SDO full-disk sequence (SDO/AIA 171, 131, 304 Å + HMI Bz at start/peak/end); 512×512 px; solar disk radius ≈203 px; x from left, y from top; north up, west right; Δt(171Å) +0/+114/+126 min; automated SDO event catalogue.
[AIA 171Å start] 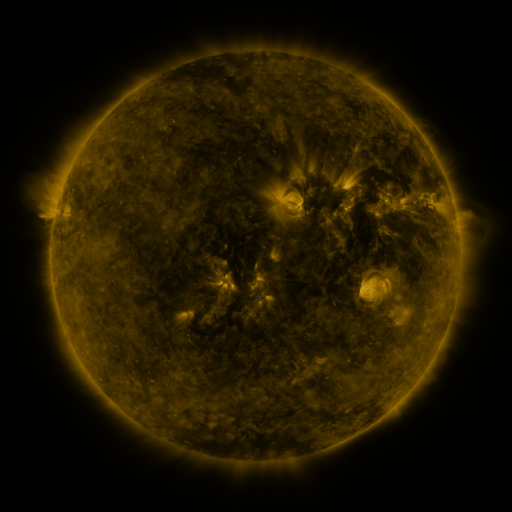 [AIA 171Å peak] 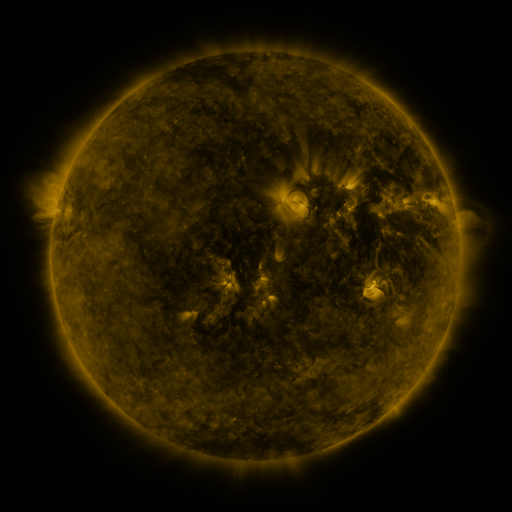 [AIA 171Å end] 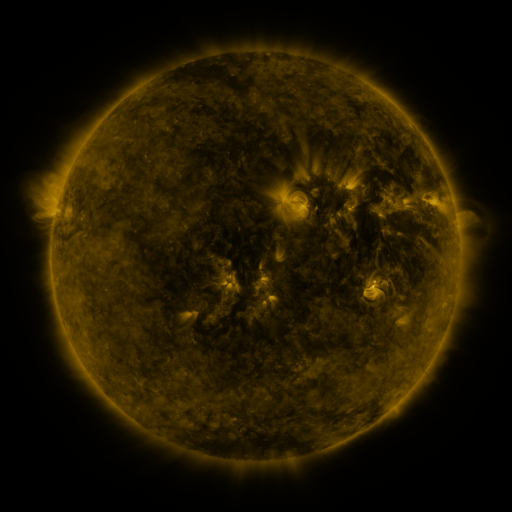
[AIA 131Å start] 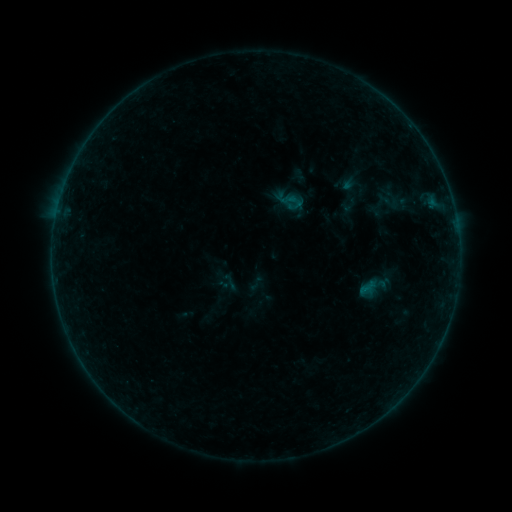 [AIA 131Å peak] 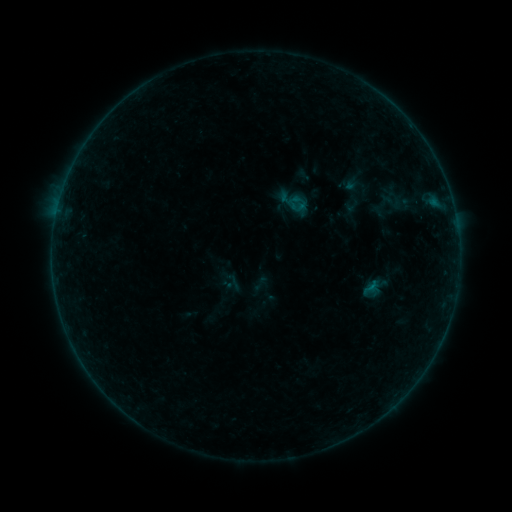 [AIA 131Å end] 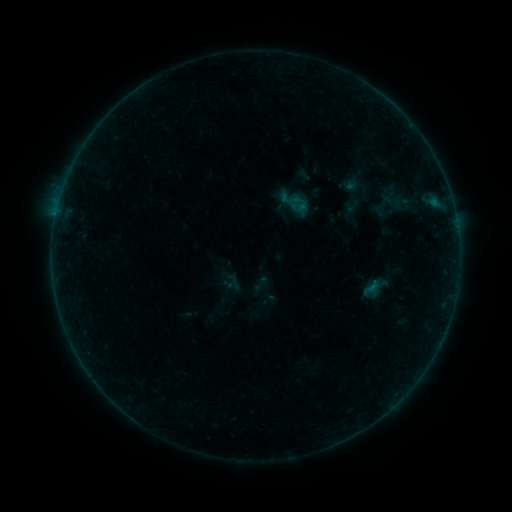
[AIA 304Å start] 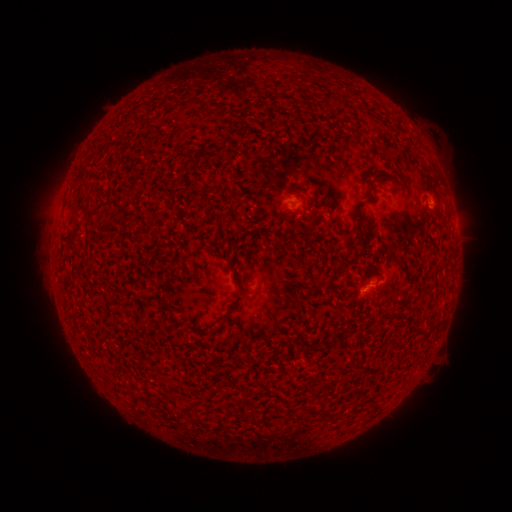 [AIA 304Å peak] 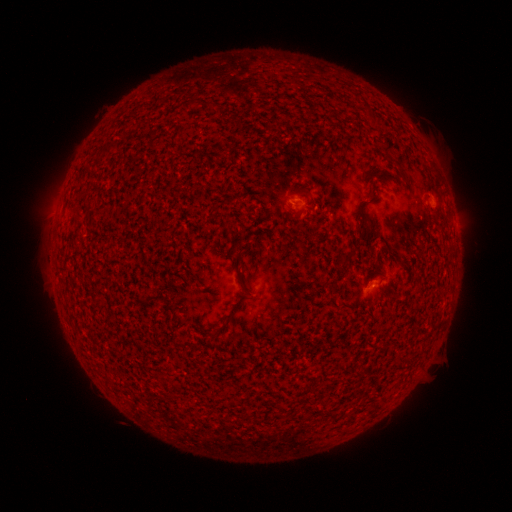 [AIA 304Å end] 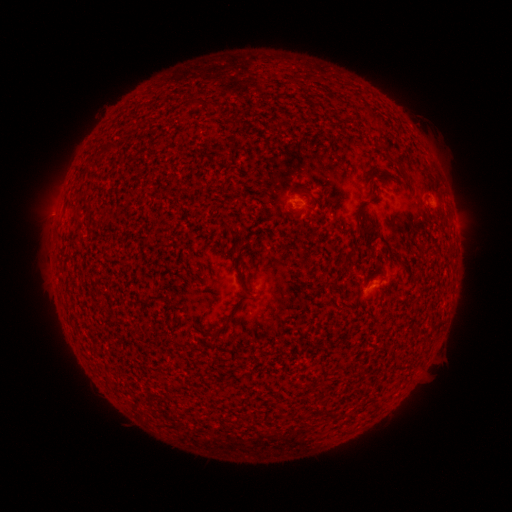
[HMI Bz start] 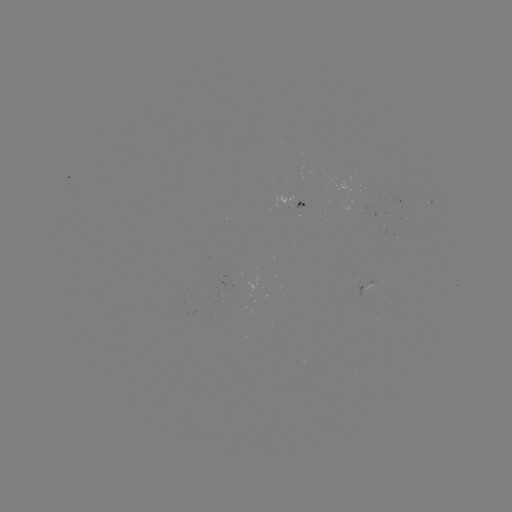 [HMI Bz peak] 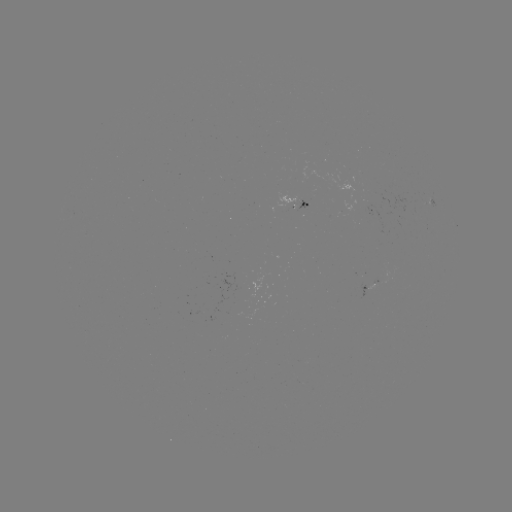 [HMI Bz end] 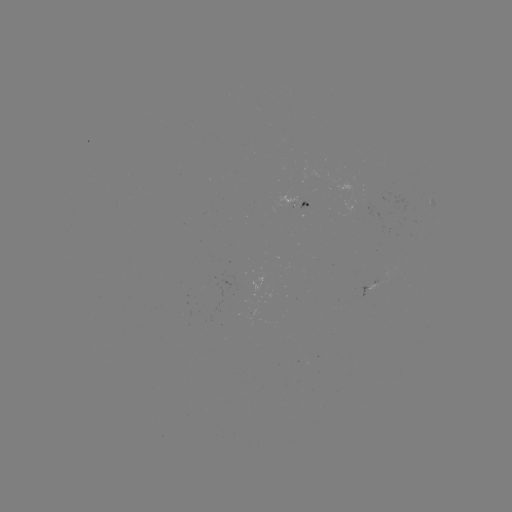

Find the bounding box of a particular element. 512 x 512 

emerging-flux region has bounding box [297, 201, 310, 210].